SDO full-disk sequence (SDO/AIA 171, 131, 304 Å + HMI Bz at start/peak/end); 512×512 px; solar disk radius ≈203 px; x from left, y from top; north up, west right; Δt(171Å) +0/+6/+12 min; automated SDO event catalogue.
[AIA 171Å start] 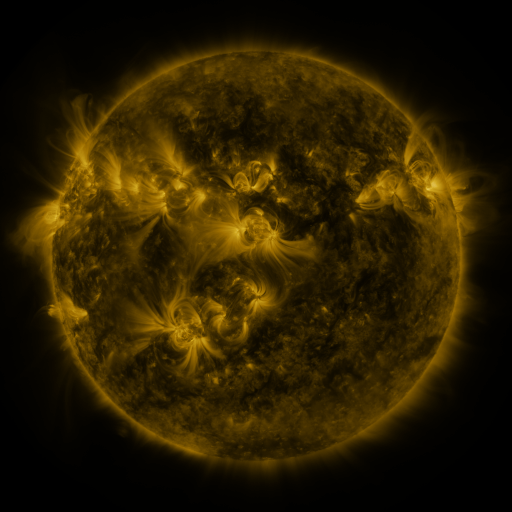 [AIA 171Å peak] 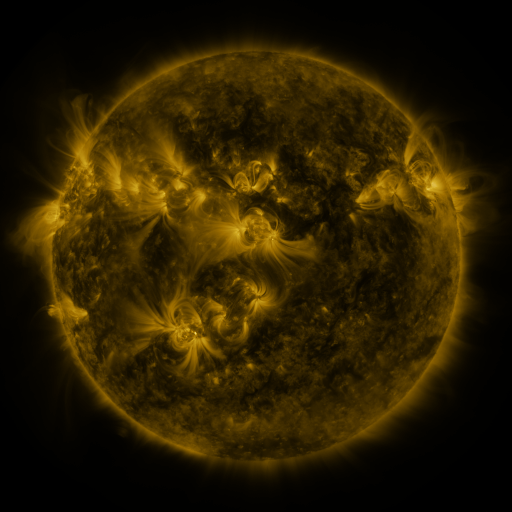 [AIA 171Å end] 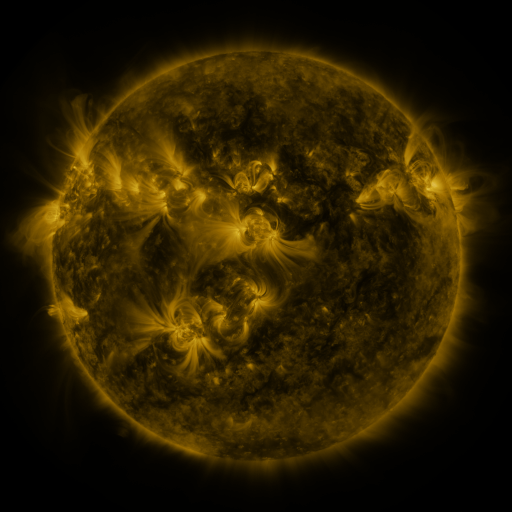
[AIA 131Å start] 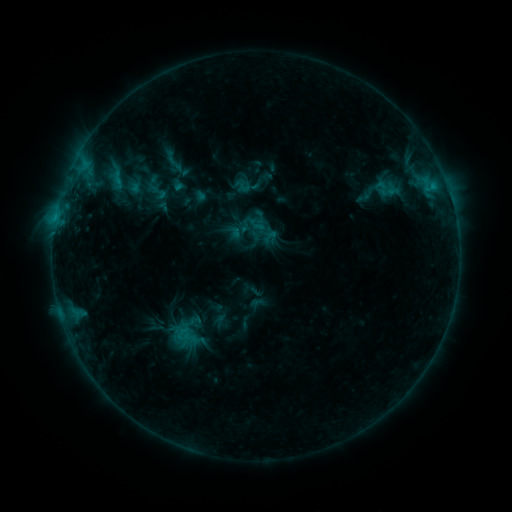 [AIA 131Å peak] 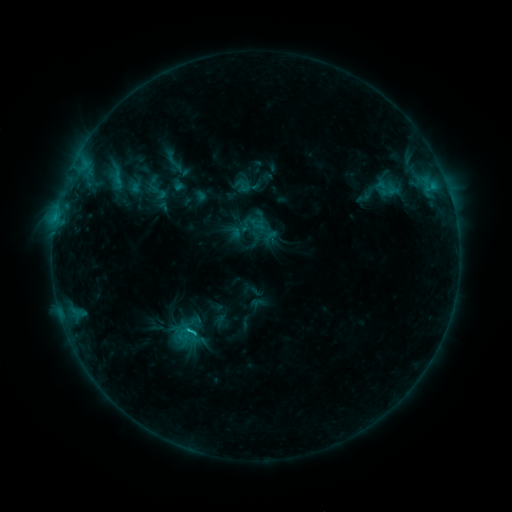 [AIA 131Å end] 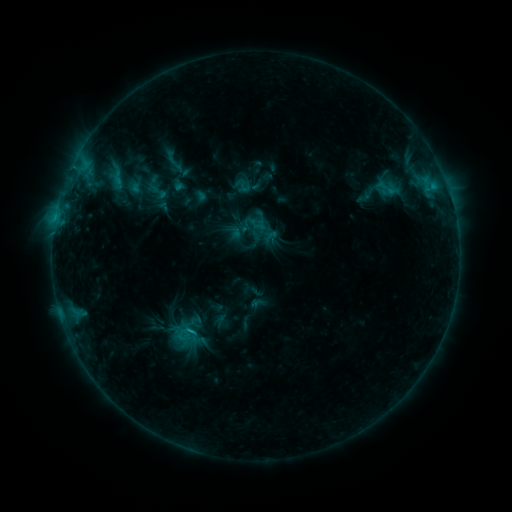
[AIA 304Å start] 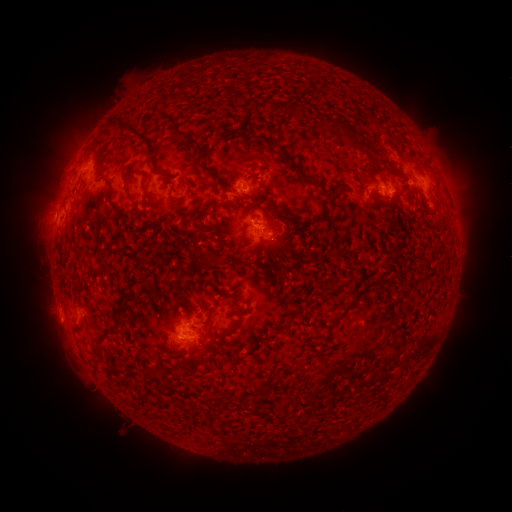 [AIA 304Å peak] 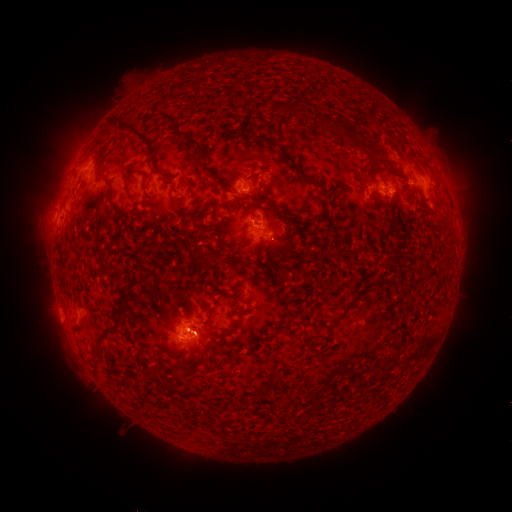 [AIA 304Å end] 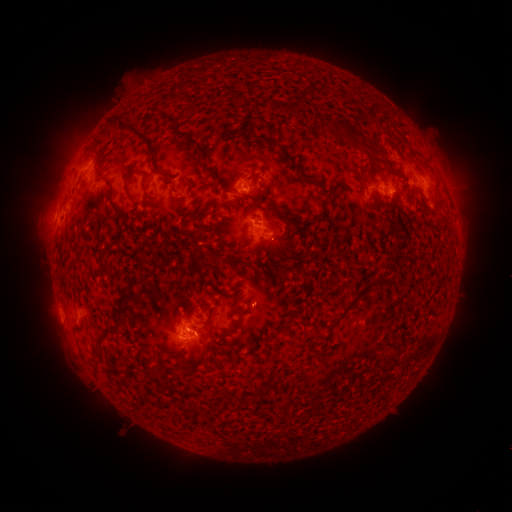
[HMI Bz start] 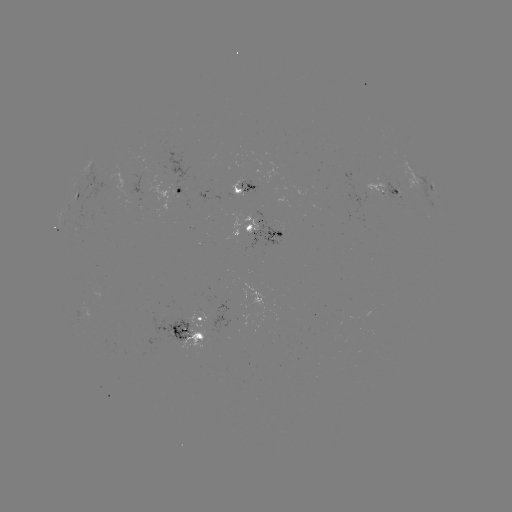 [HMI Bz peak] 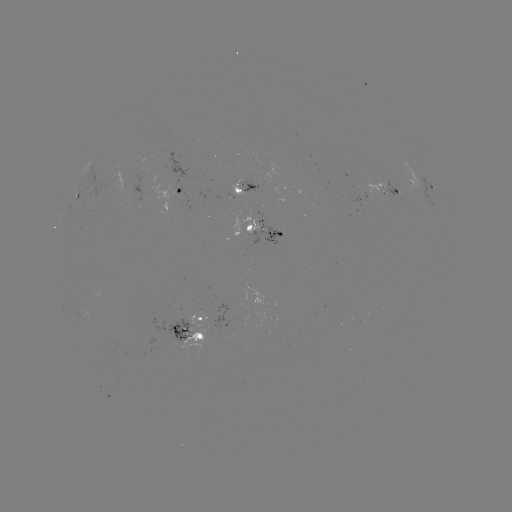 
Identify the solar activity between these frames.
C1.3 flare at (193, 330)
